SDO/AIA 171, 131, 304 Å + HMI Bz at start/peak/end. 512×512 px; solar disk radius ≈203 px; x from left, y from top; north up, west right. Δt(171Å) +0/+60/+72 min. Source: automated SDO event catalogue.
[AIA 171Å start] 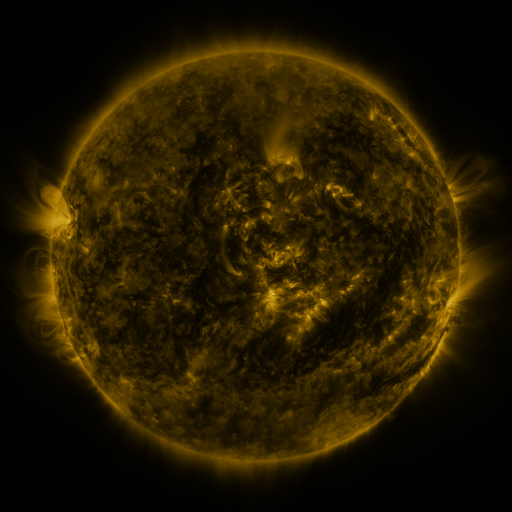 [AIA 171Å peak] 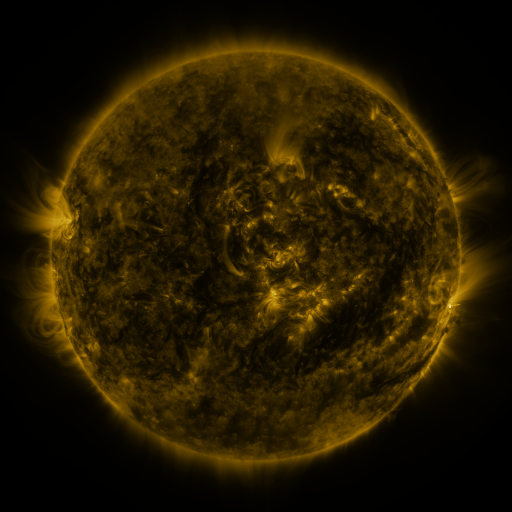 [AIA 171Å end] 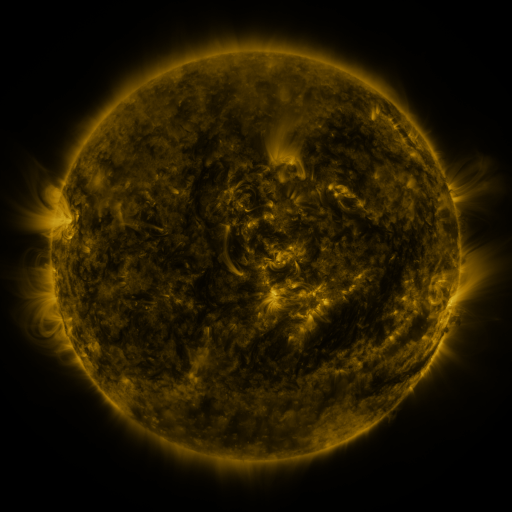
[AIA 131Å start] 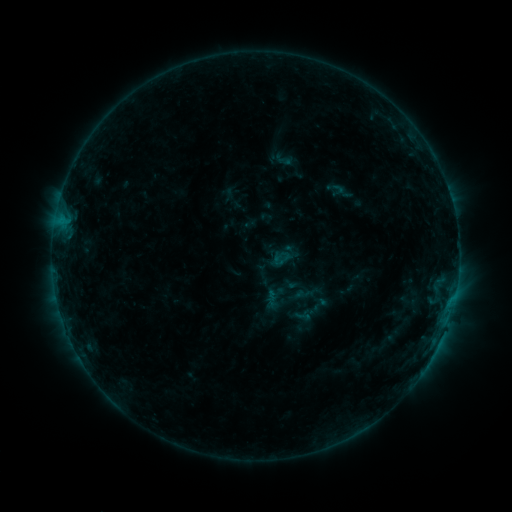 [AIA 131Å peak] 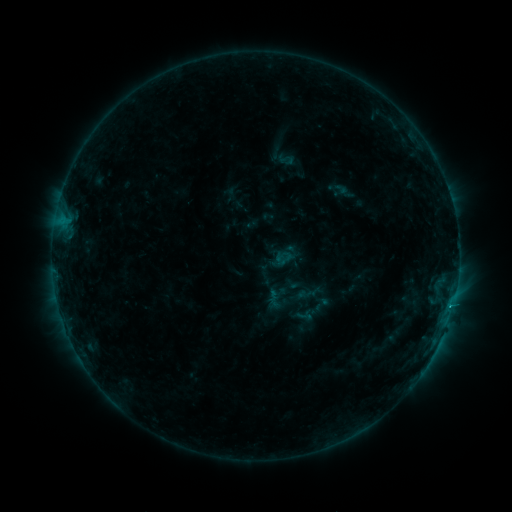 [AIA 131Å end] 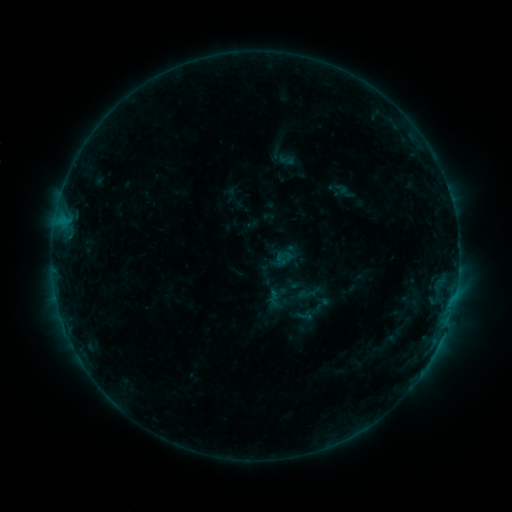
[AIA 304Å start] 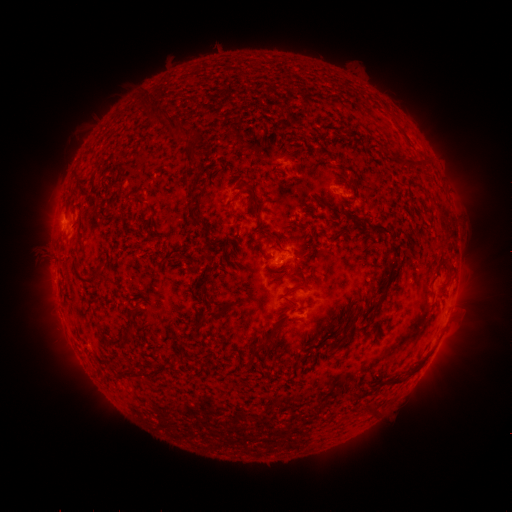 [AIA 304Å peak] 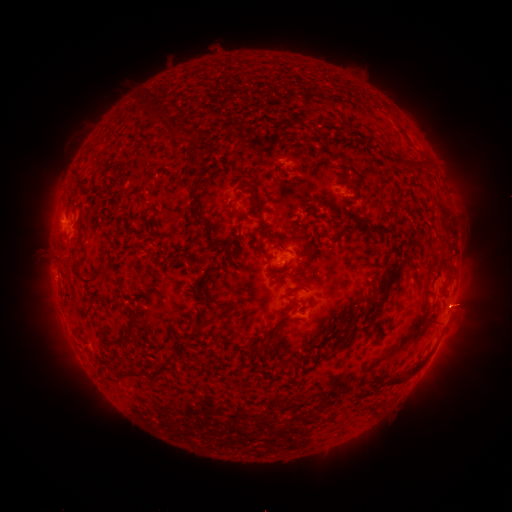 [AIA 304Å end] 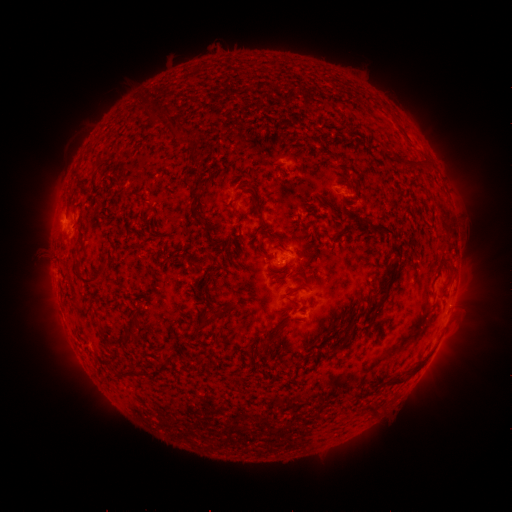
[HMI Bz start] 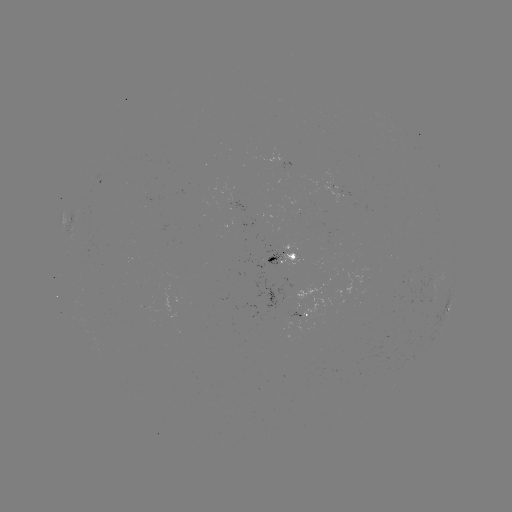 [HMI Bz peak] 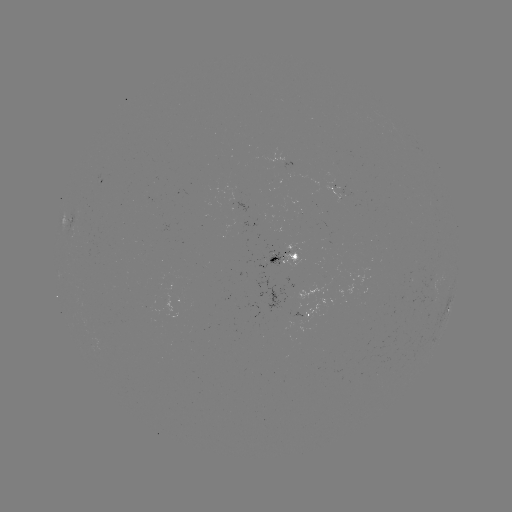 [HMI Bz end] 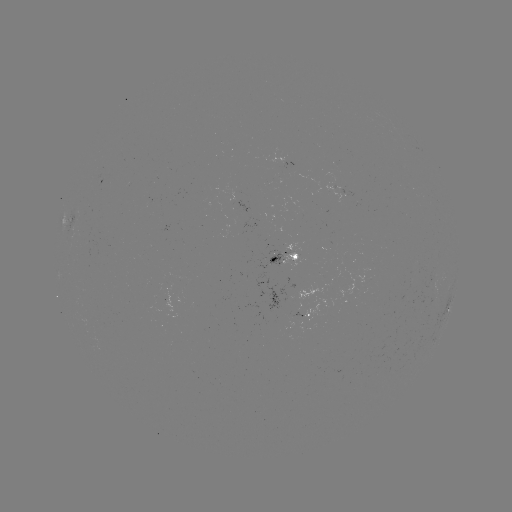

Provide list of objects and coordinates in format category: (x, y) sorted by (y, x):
emerging-flux region: (306, 321)
